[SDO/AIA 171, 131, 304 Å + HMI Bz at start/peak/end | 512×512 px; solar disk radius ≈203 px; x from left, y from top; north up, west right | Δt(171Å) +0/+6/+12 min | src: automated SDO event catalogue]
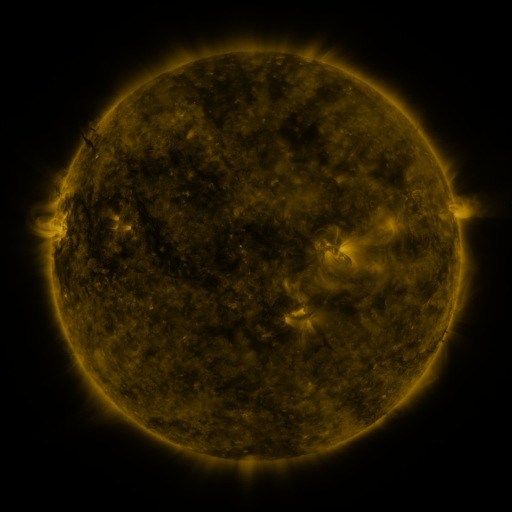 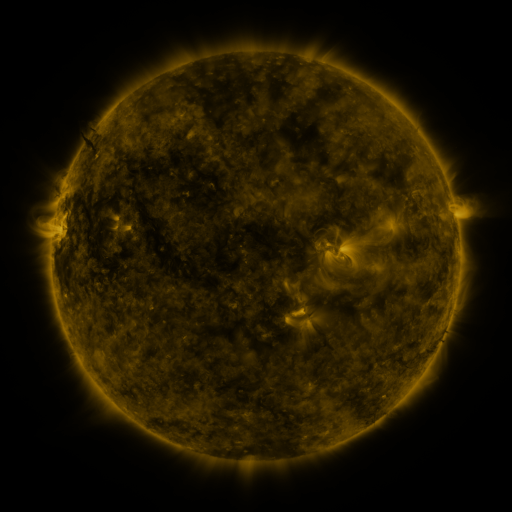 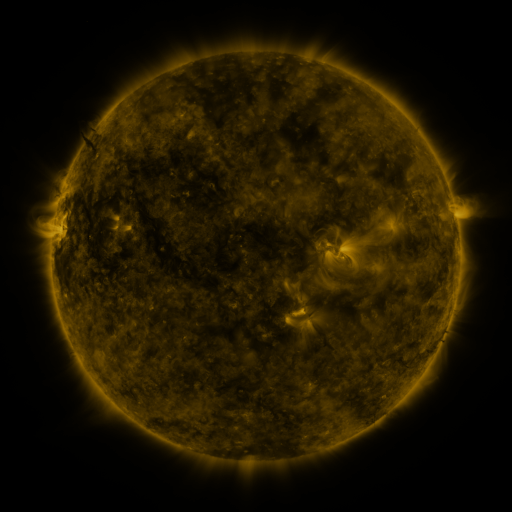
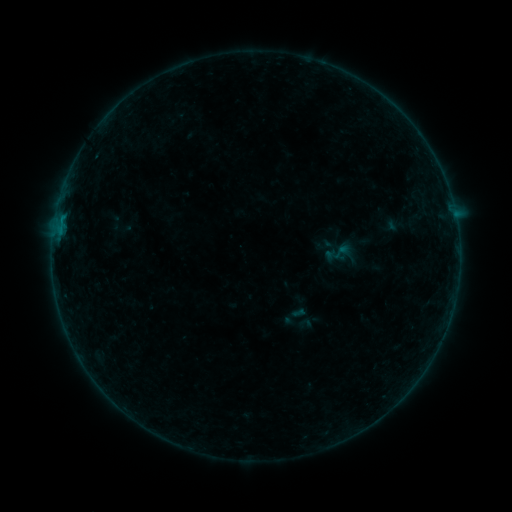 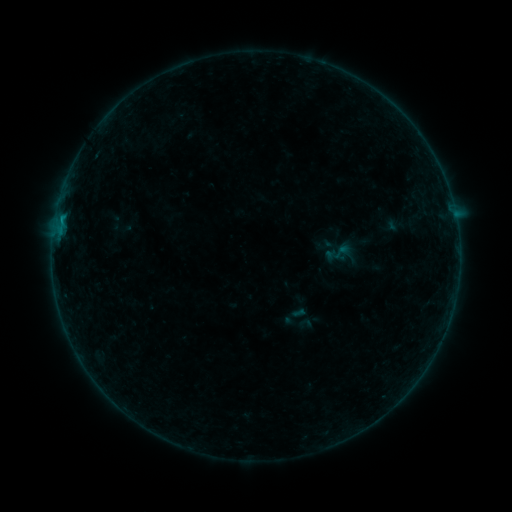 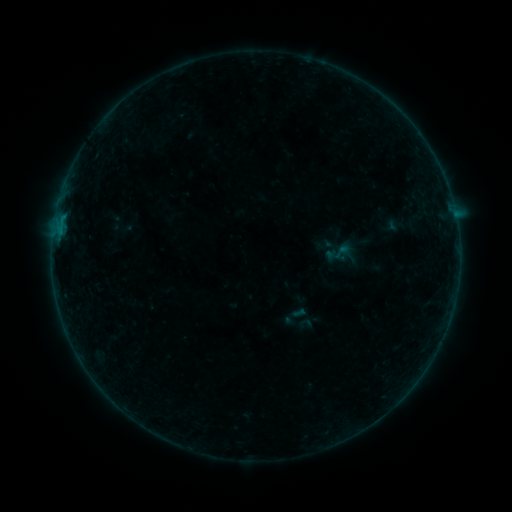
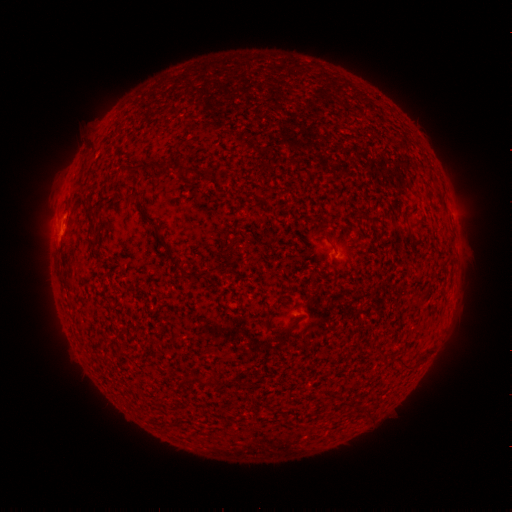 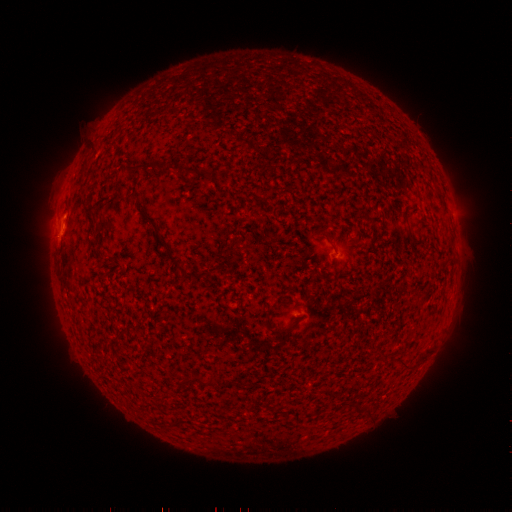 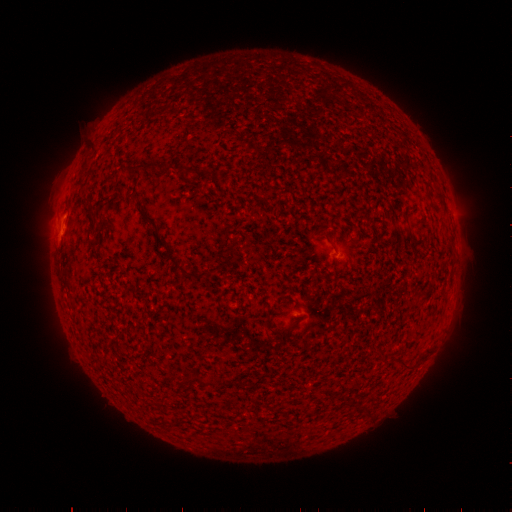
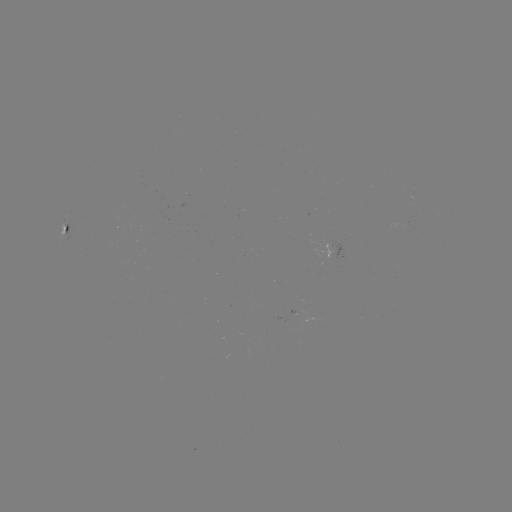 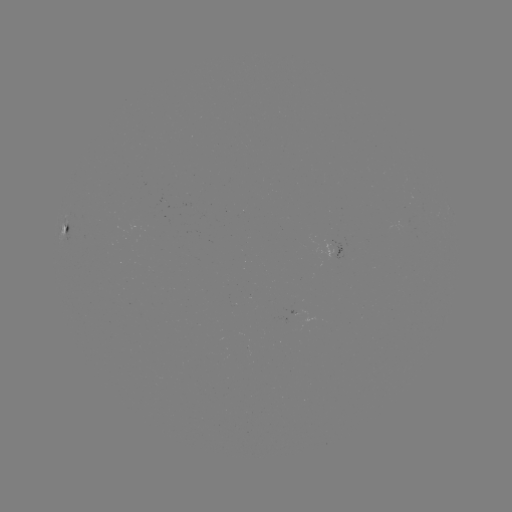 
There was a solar flare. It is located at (63, 218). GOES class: B2.7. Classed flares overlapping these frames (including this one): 1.